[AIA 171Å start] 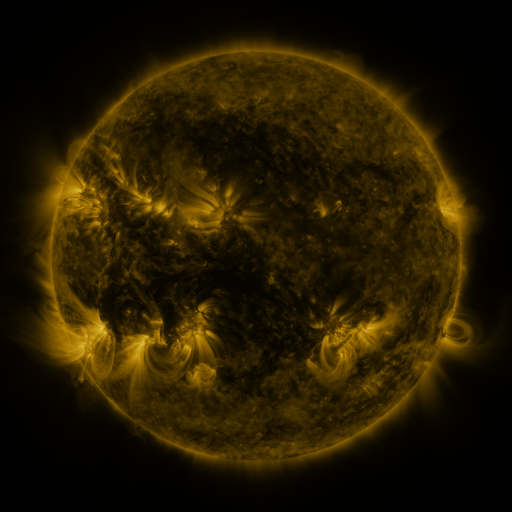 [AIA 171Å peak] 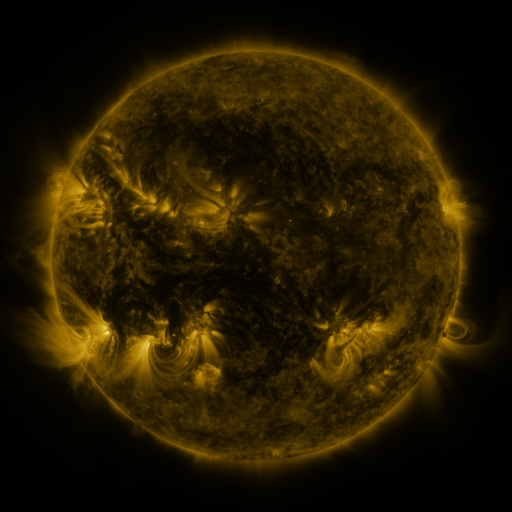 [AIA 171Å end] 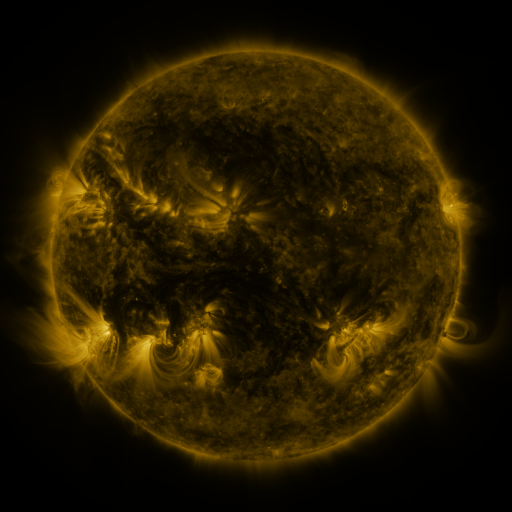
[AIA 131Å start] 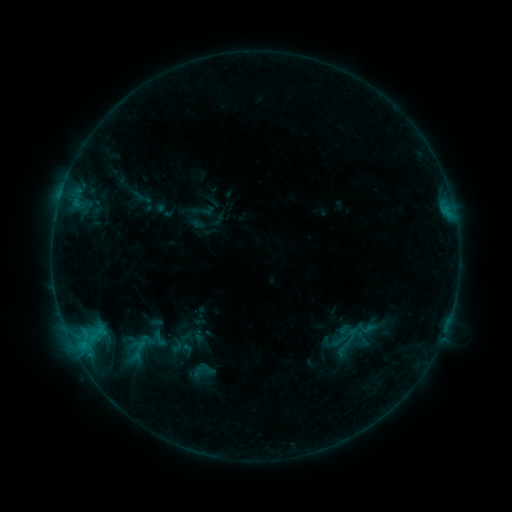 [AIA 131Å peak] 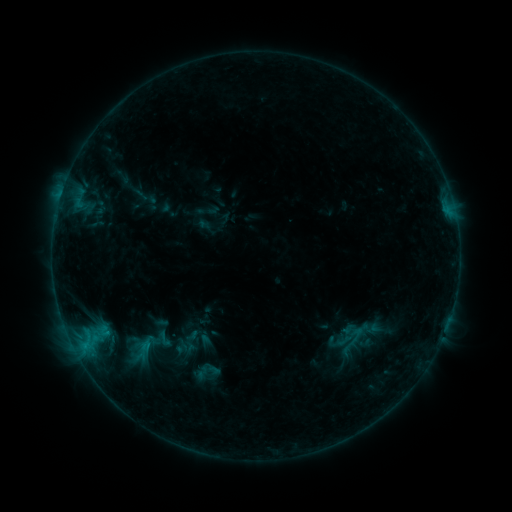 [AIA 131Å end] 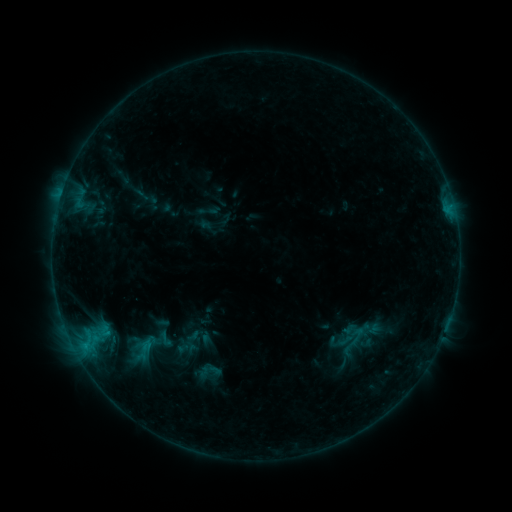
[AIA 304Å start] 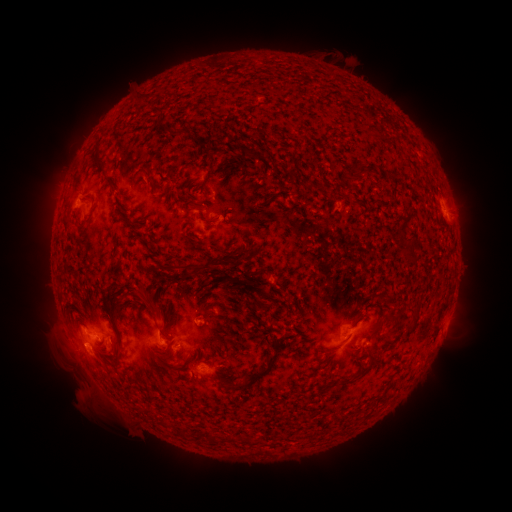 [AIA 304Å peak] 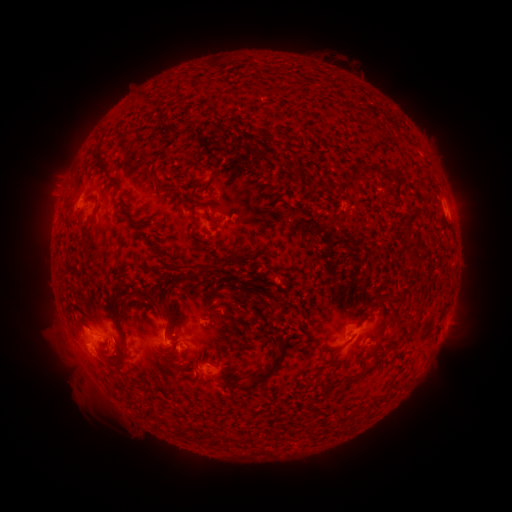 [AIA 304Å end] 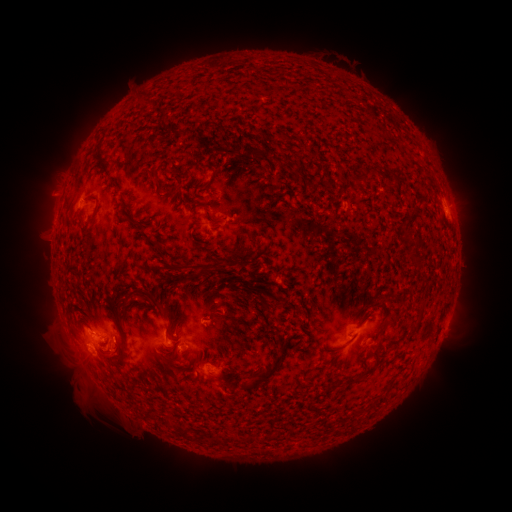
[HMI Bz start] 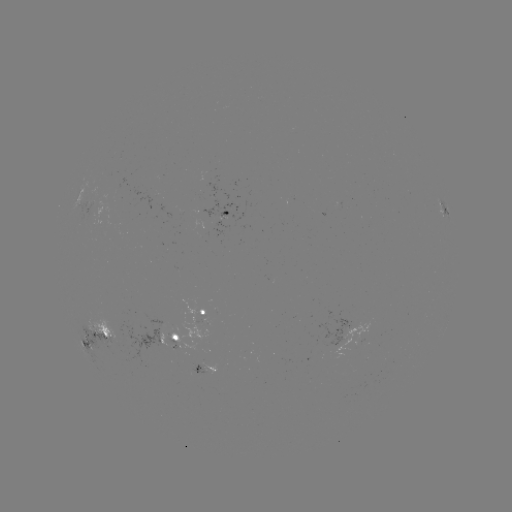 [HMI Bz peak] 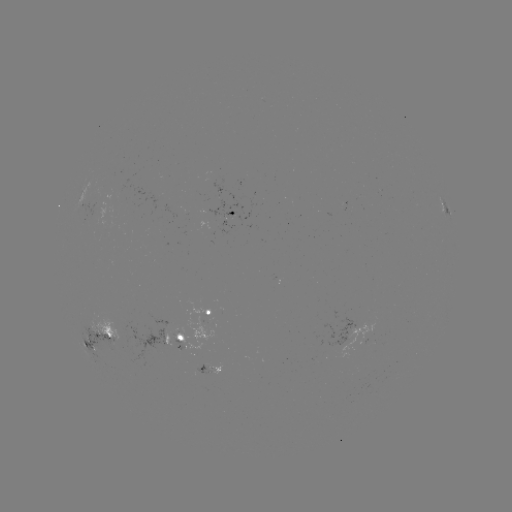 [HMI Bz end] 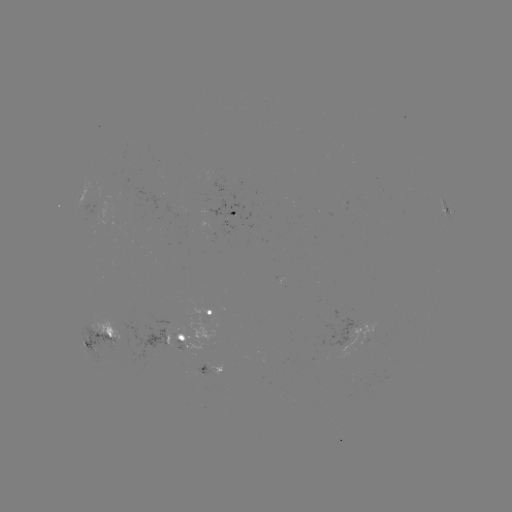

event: emerging-flux region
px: (177, 336)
